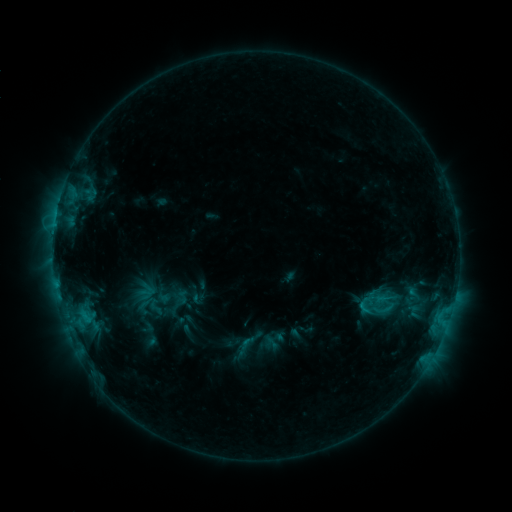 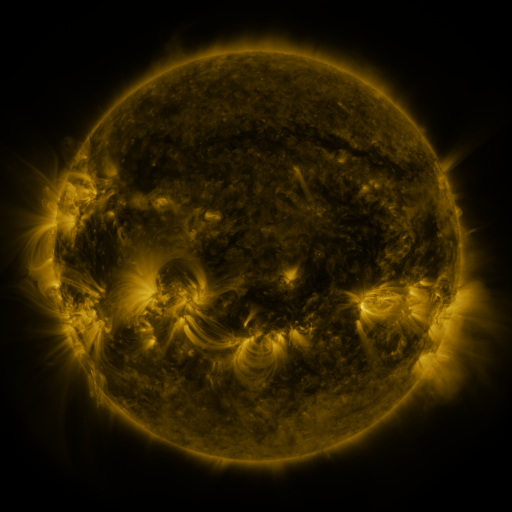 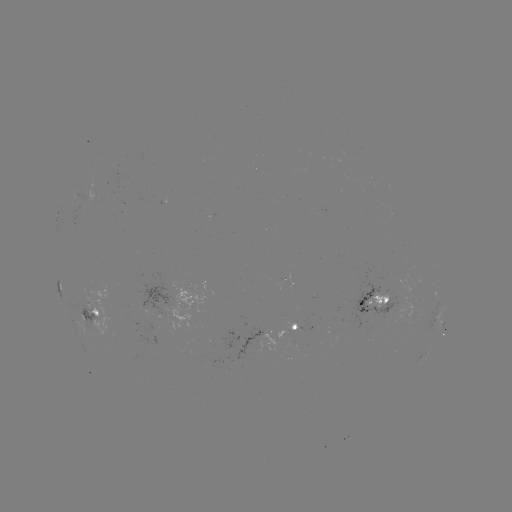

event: sigmoid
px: (156, 307)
